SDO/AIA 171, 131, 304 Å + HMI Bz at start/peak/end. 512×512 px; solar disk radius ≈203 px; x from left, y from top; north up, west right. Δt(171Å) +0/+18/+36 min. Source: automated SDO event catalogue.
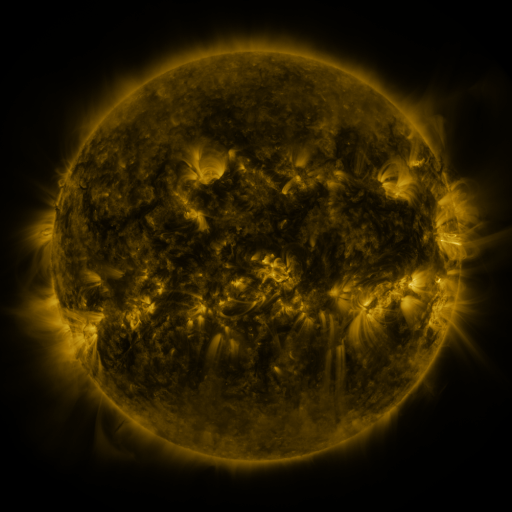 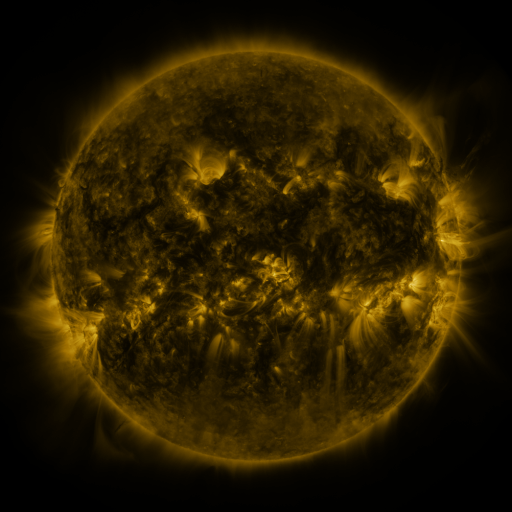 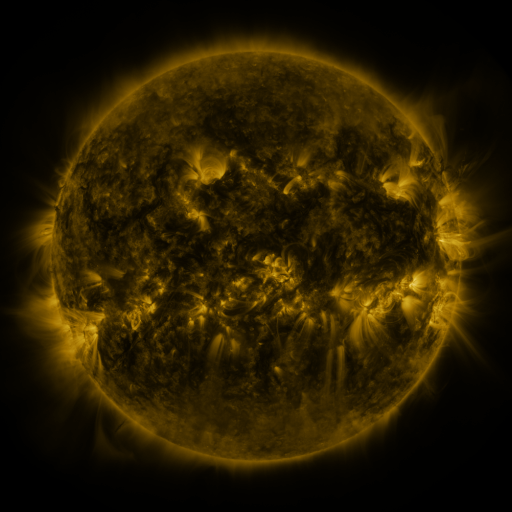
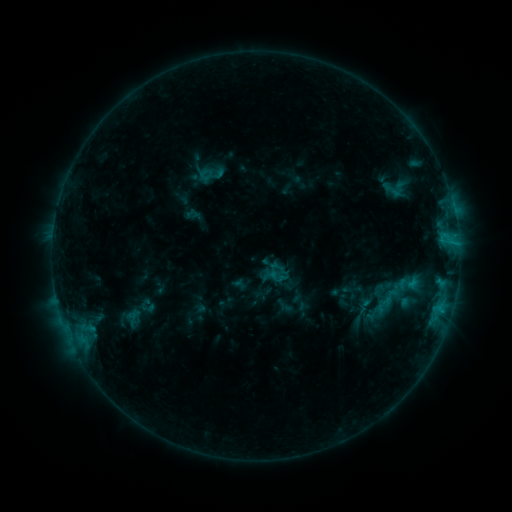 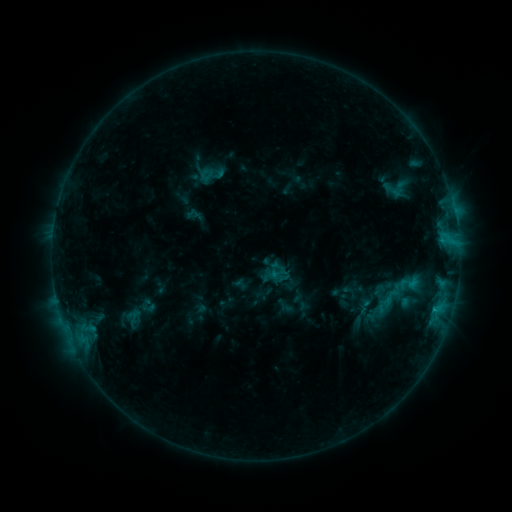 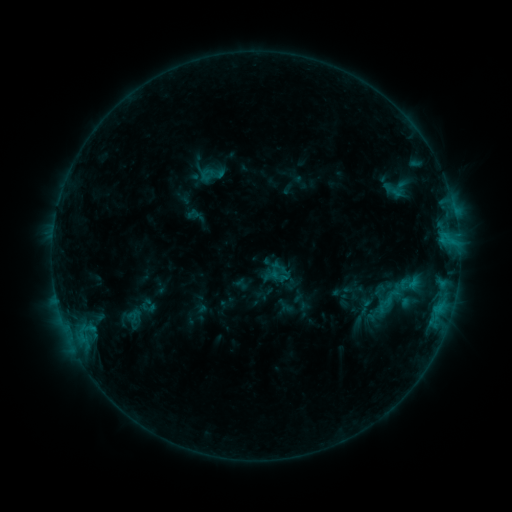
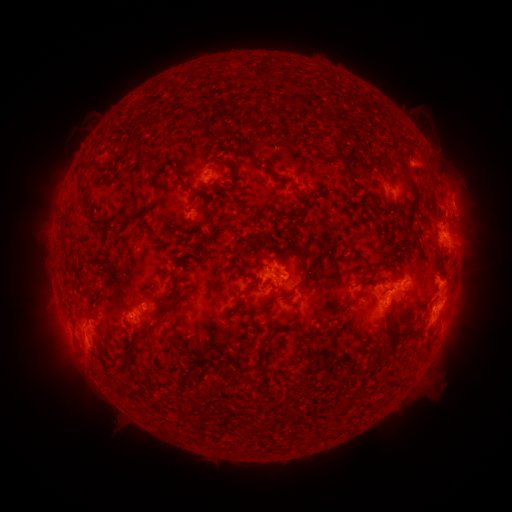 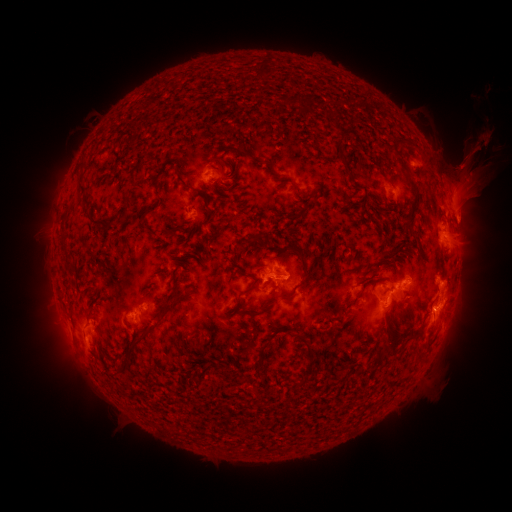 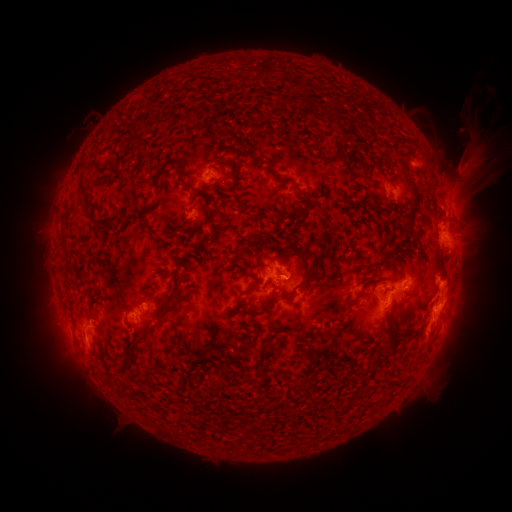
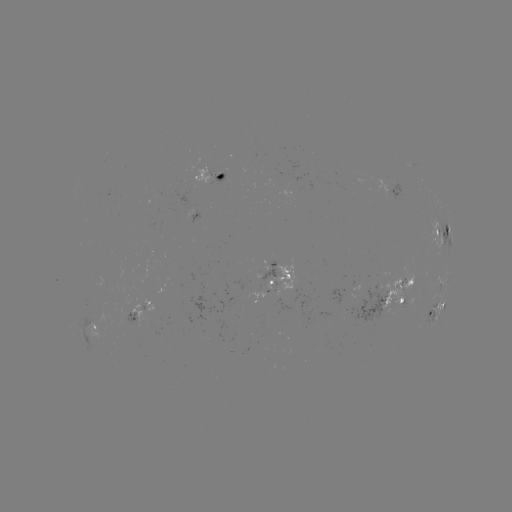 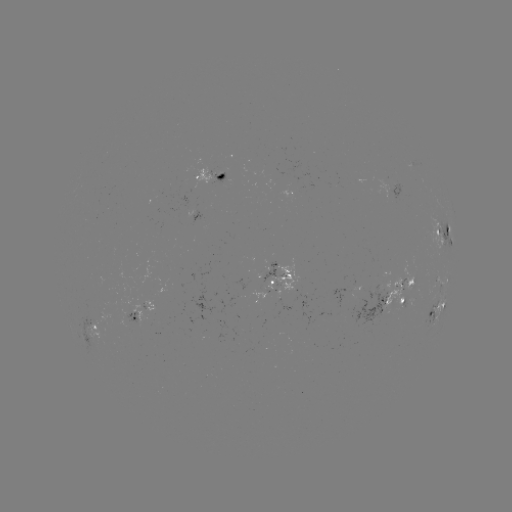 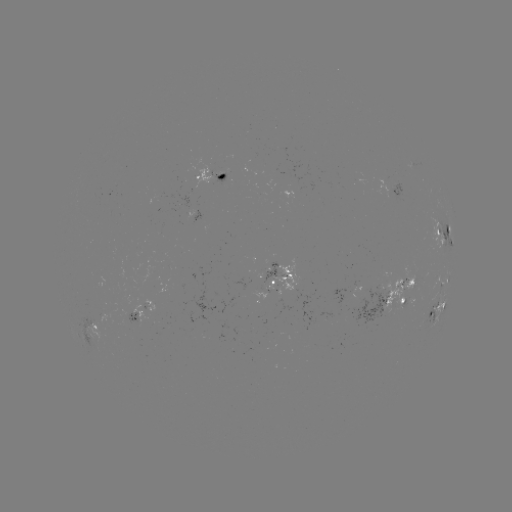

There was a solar eruption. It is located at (471, 189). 